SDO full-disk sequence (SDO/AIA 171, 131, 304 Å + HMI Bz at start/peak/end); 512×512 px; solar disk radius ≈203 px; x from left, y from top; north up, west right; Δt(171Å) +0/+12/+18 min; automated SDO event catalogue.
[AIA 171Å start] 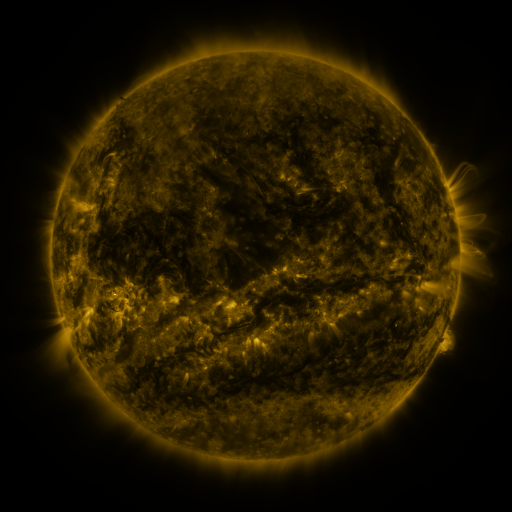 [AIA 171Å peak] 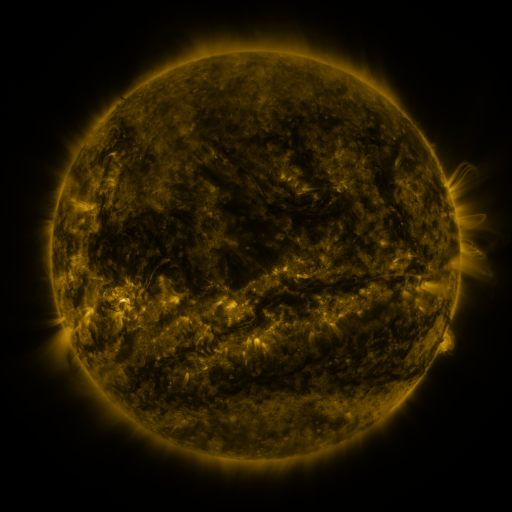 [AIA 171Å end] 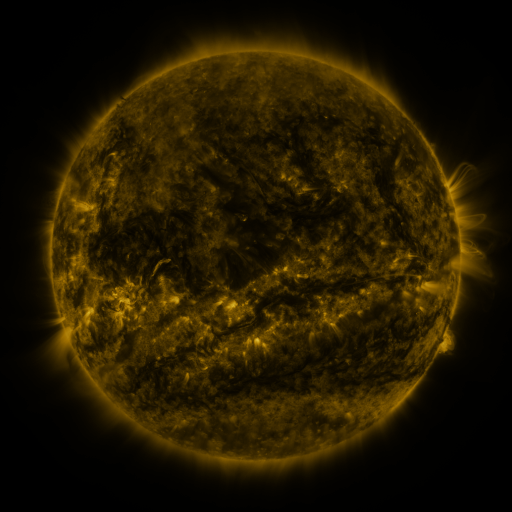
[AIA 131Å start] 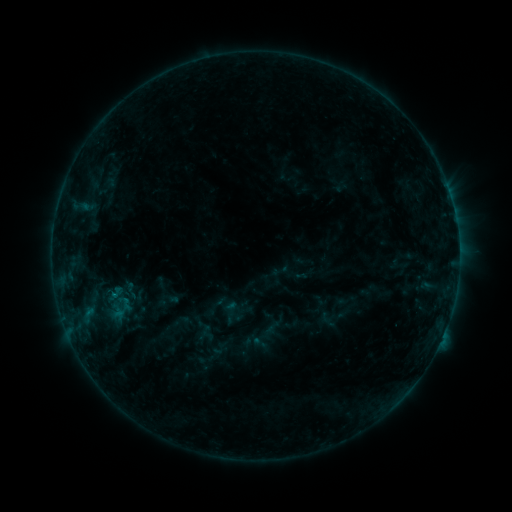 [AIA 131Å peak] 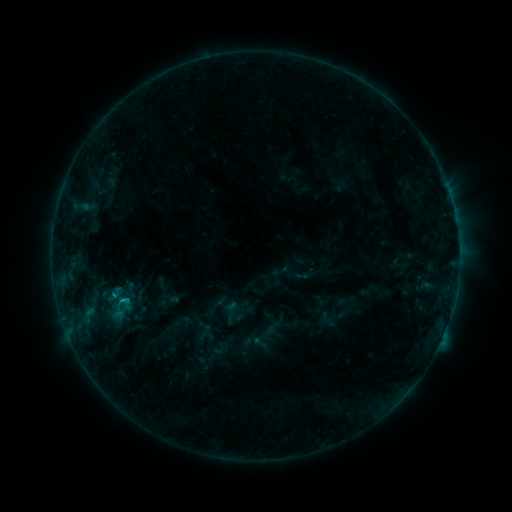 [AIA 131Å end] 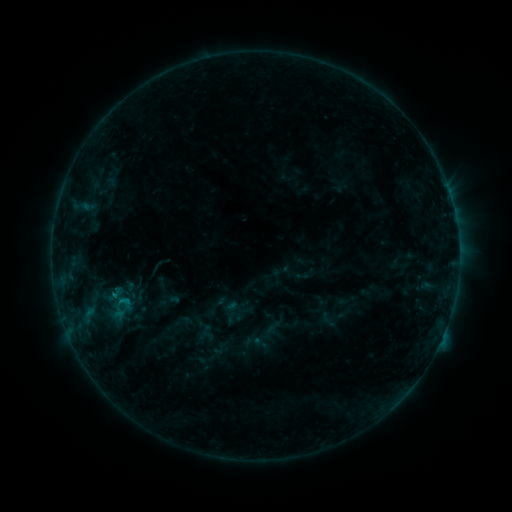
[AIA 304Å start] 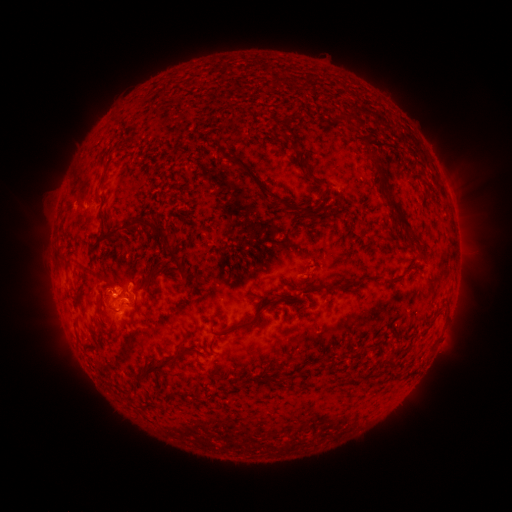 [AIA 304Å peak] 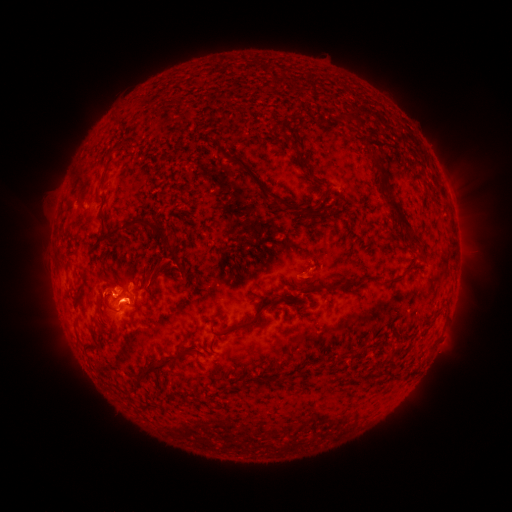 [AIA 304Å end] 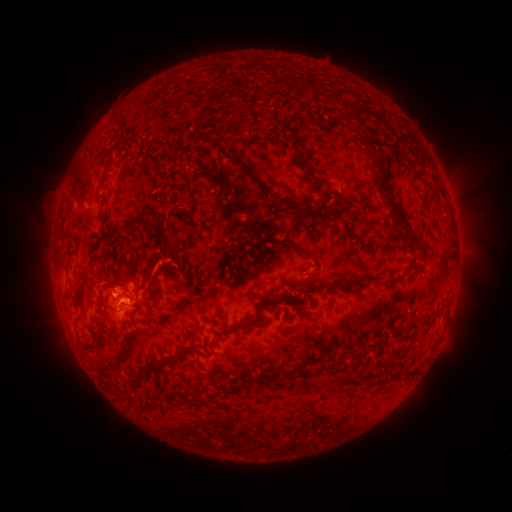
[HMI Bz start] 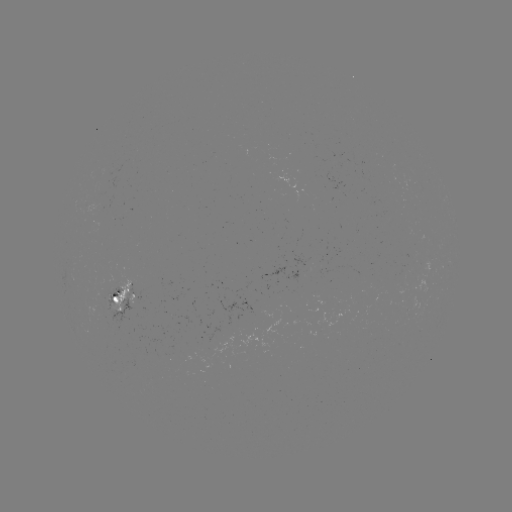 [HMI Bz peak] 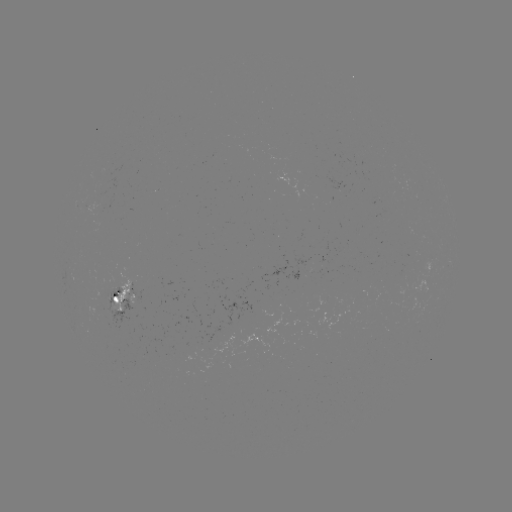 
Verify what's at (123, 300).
B7.3 flare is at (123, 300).